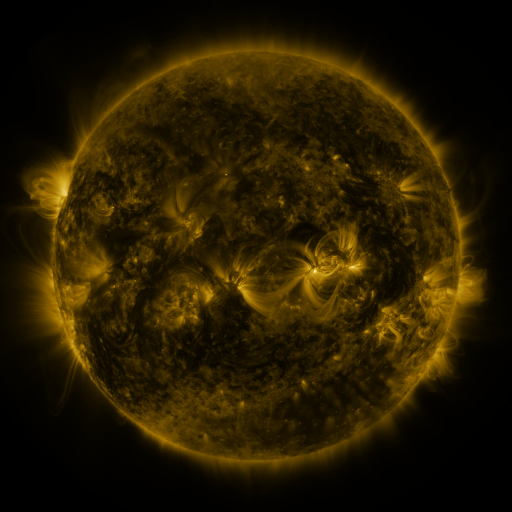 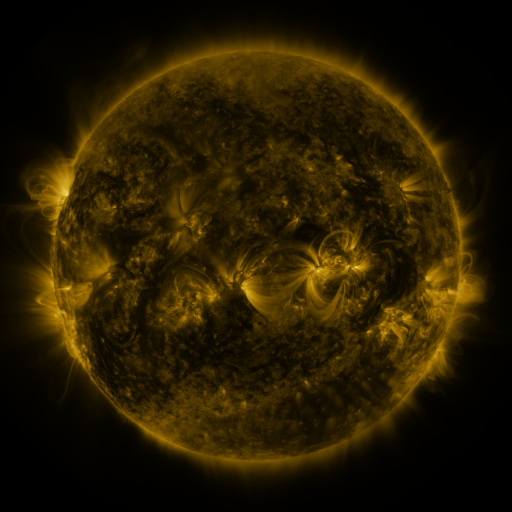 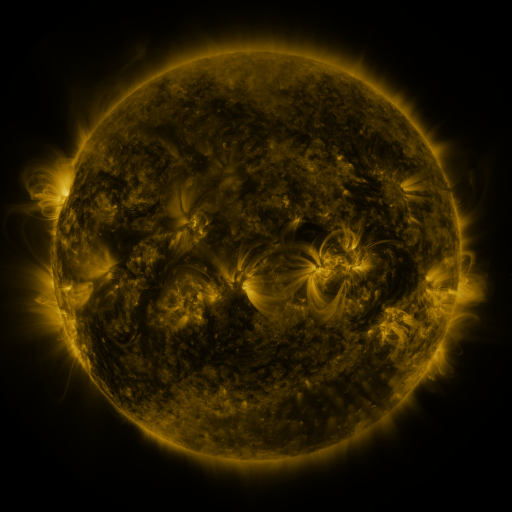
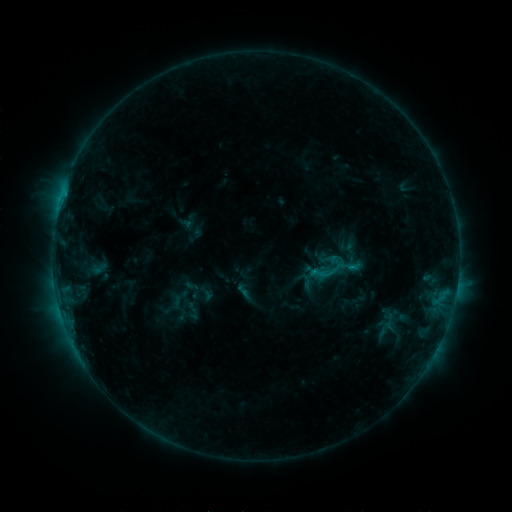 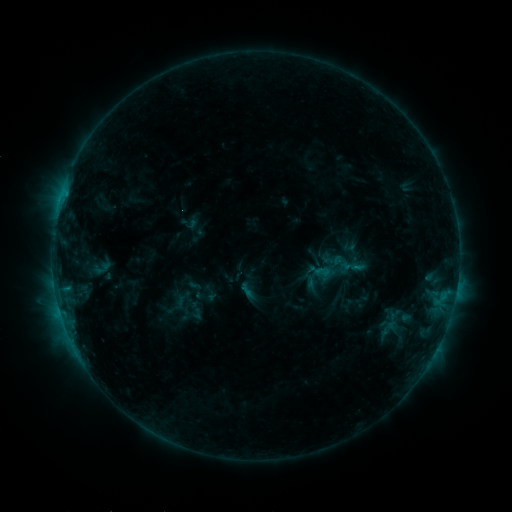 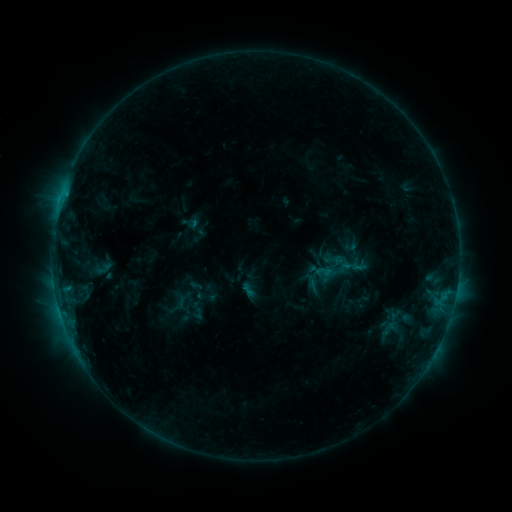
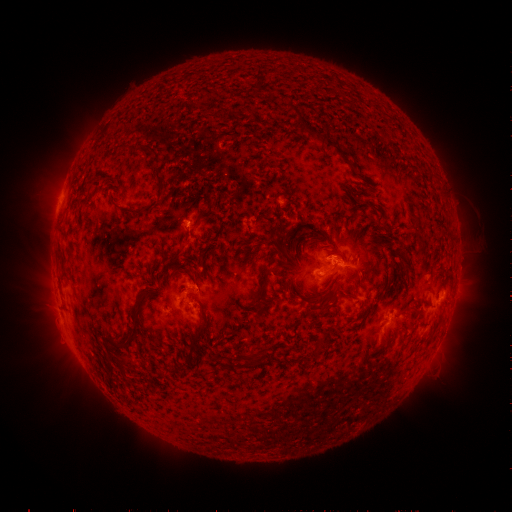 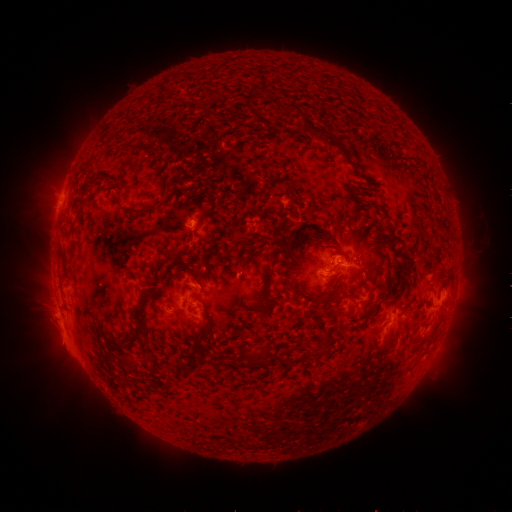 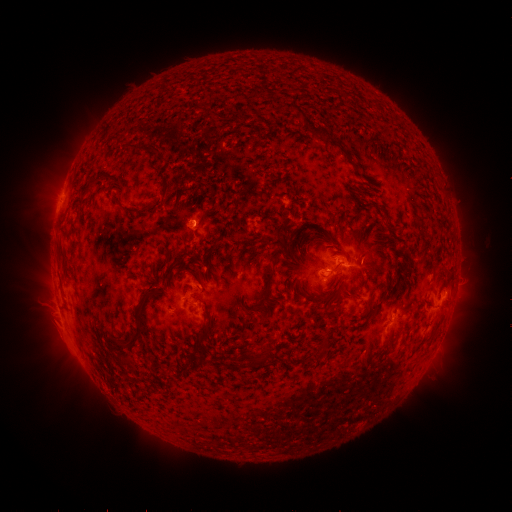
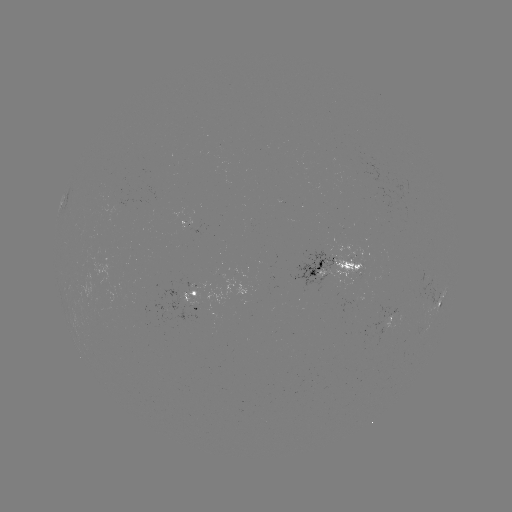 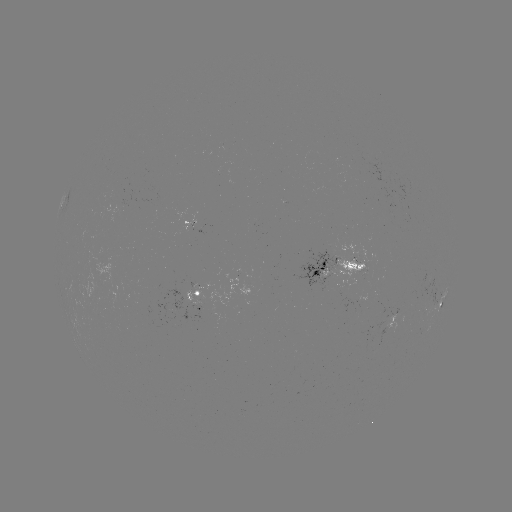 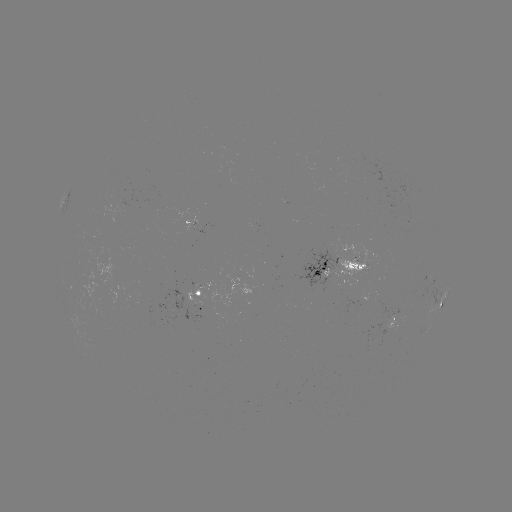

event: emerging-flux region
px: (277, 307)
